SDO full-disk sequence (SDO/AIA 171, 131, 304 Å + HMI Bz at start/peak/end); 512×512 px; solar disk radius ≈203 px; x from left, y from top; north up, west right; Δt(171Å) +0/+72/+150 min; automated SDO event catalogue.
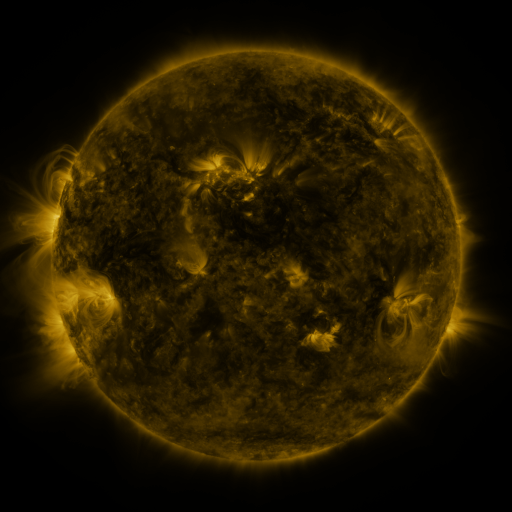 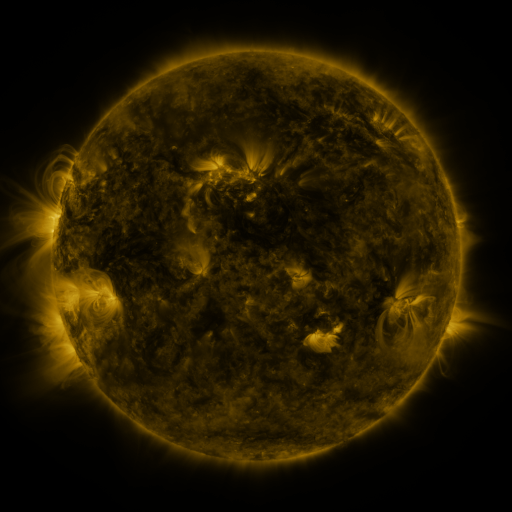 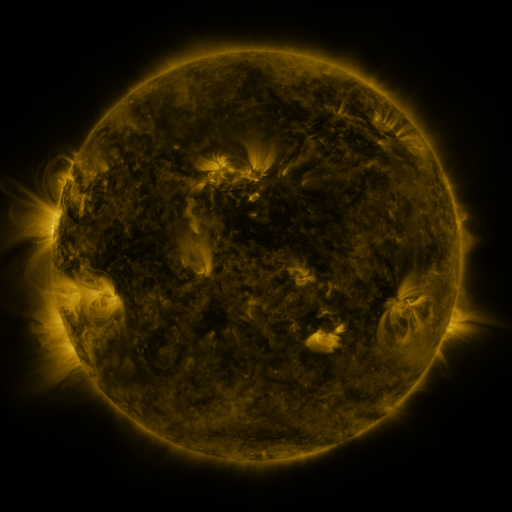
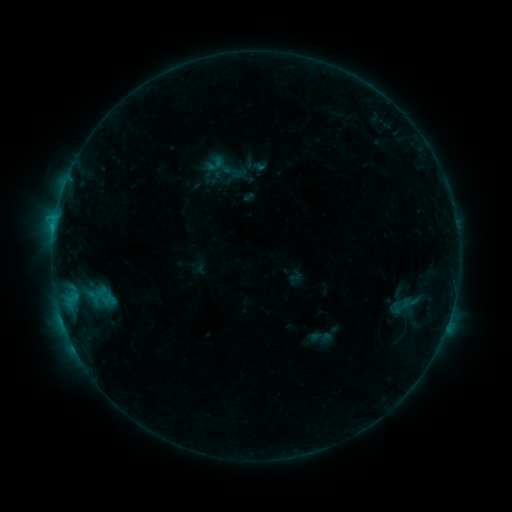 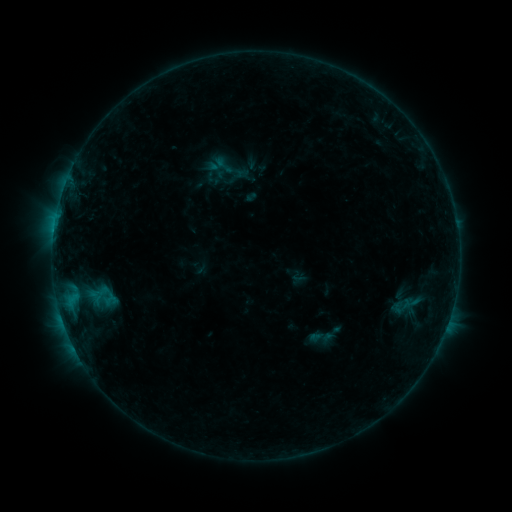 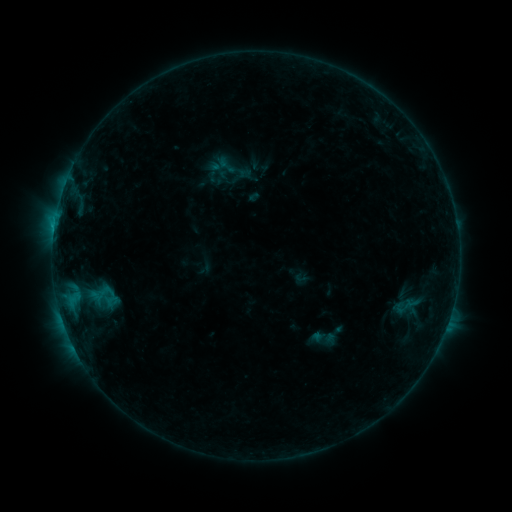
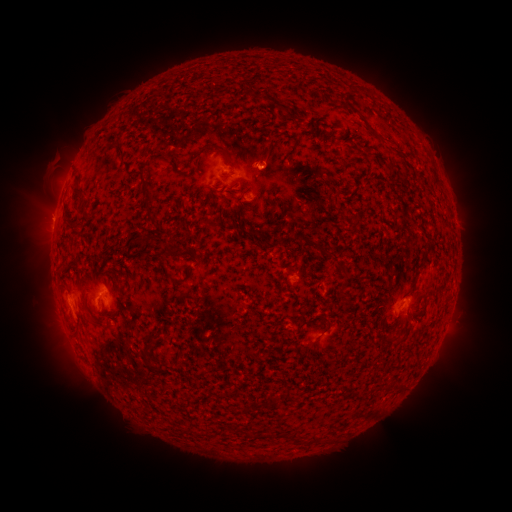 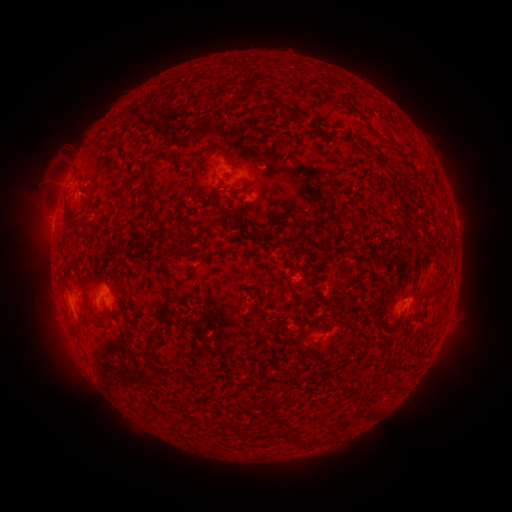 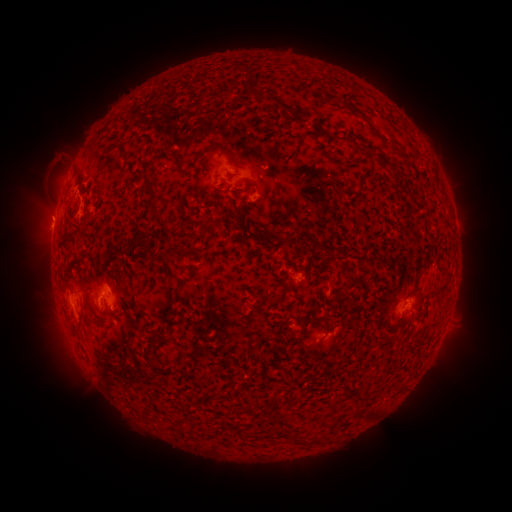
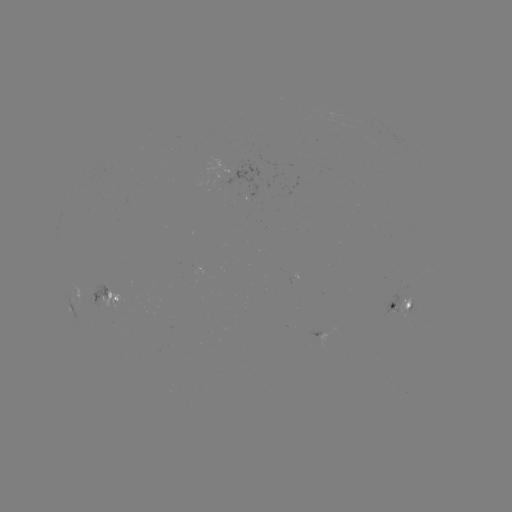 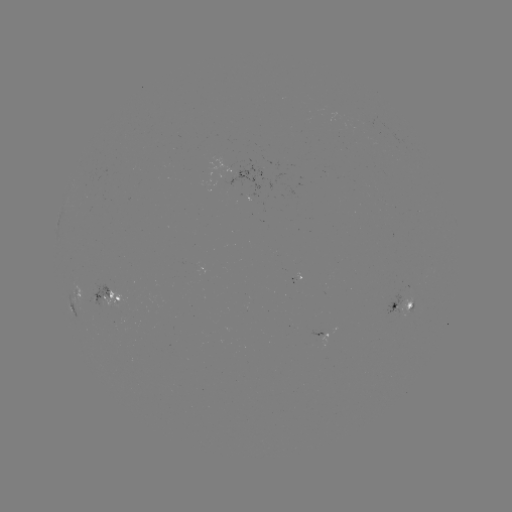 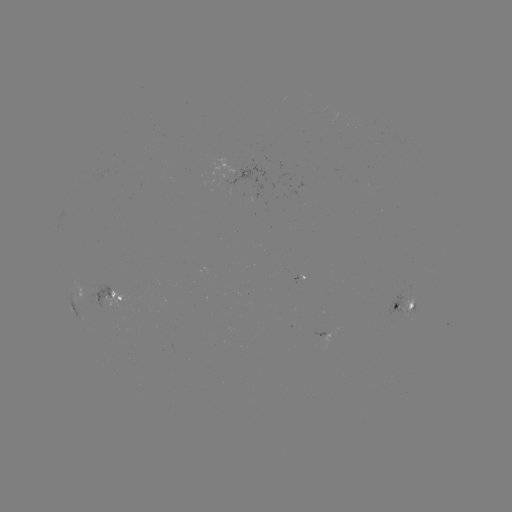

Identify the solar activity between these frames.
filament eruption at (67, 200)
